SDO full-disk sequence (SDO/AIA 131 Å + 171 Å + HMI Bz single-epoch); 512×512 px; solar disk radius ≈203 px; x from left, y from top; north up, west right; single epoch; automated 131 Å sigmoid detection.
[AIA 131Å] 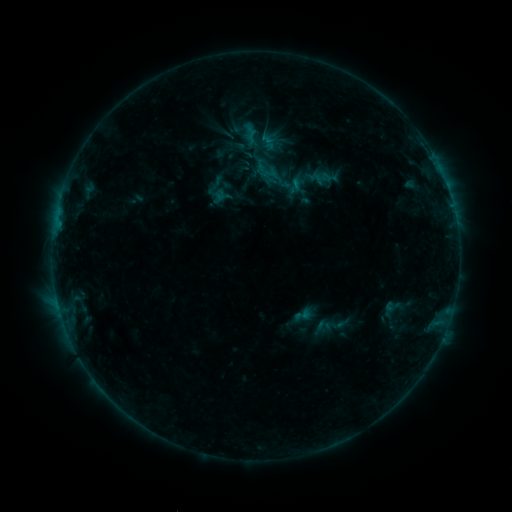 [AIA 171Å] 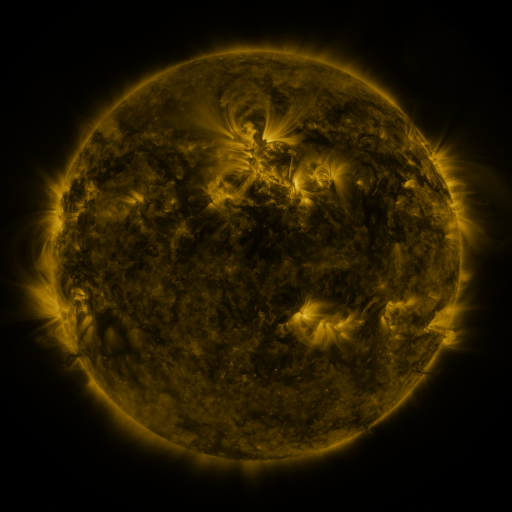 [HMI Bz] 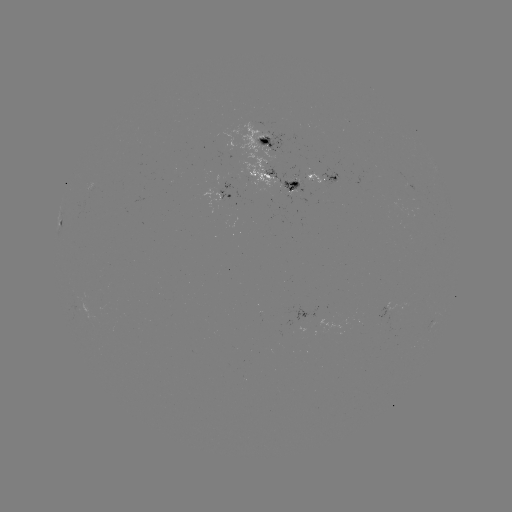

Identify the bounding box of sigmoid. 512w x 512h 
[292, 304, 314, 326].